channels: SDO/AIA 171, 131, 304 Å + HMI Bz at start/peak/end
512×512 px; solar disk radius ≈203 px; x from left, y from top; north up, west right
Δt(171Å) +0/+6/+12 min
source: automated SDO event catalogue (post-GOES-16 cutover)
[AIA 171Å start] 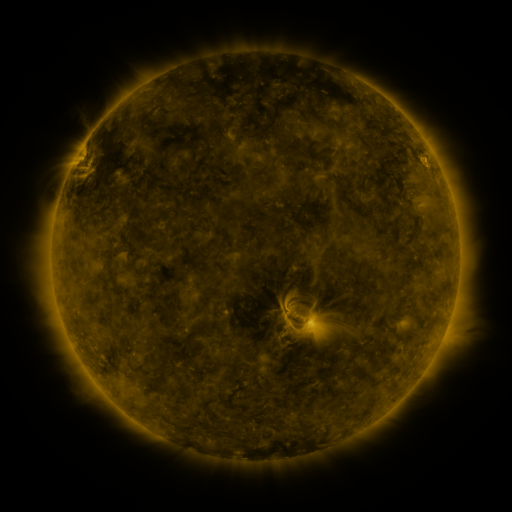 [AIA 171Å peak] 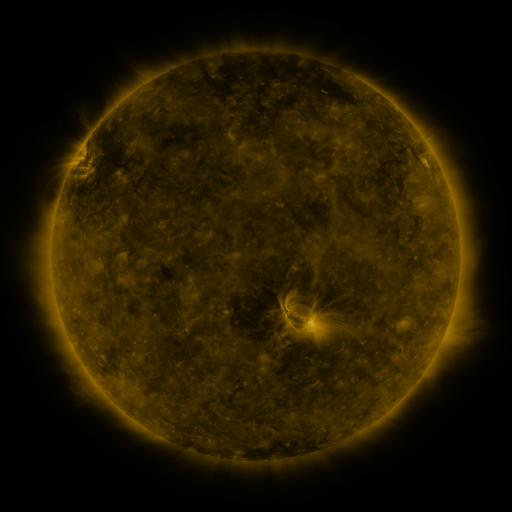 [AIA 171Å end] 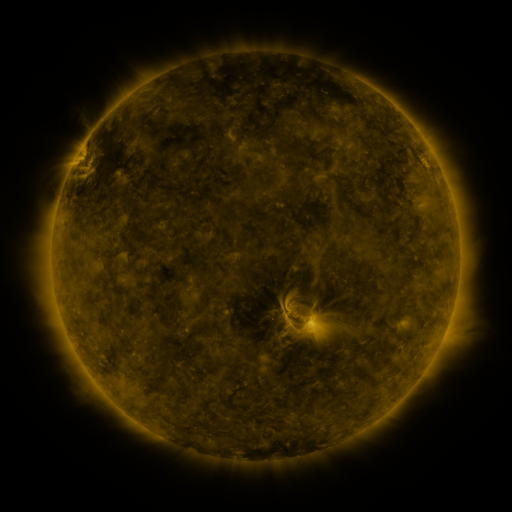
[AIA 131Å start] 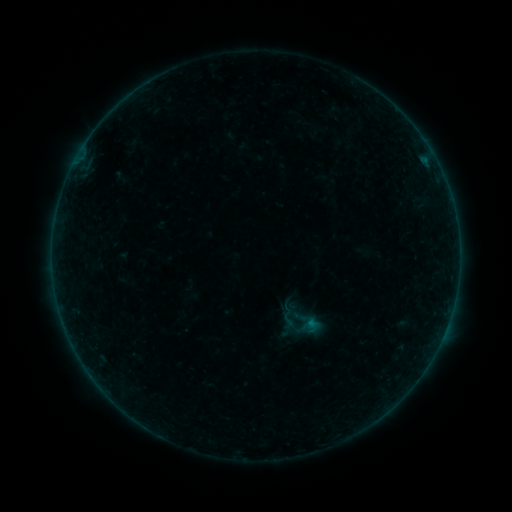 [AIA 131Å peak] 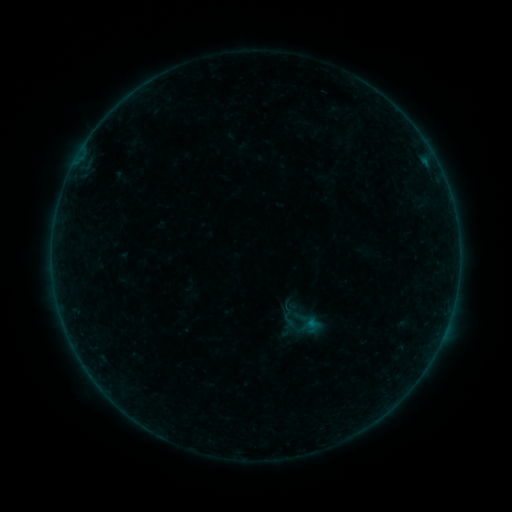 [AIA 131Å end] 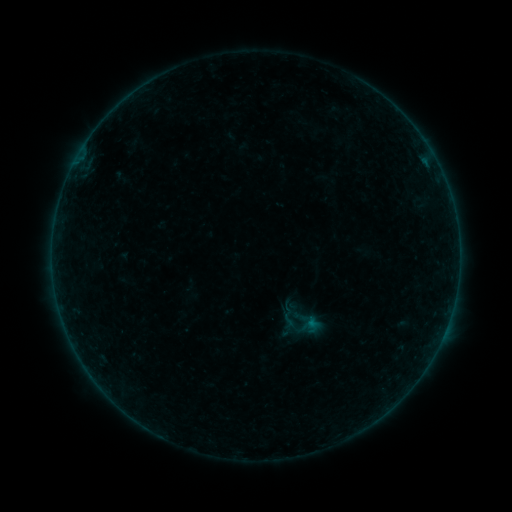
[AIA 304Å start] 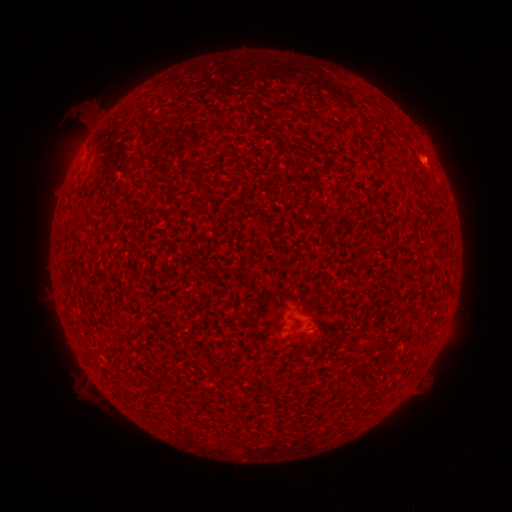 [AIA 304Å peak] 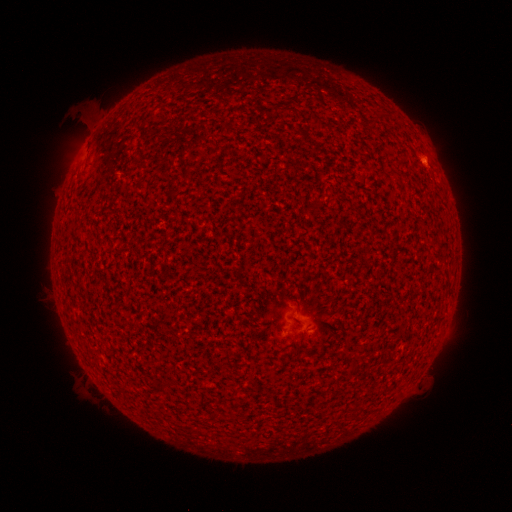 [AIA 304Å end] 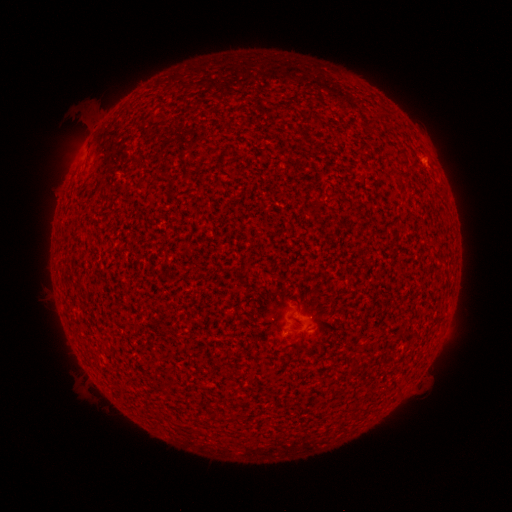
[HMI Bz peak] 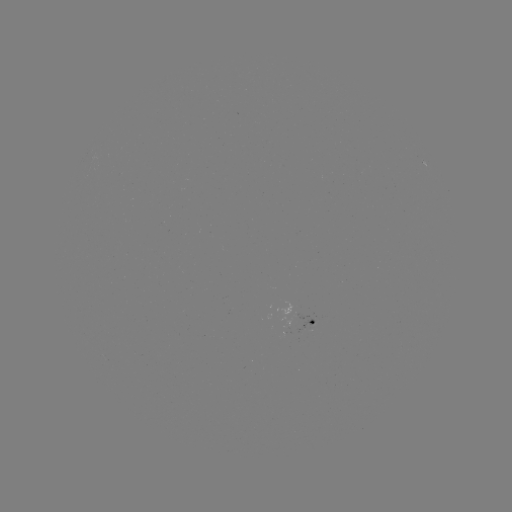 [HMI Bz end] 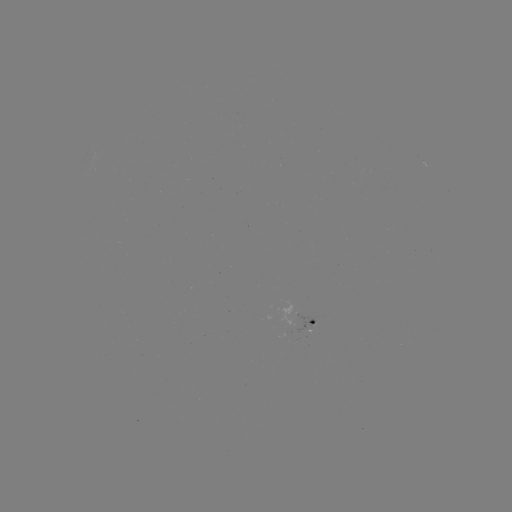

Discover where A3.3 flare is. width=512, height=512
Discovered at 425,162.